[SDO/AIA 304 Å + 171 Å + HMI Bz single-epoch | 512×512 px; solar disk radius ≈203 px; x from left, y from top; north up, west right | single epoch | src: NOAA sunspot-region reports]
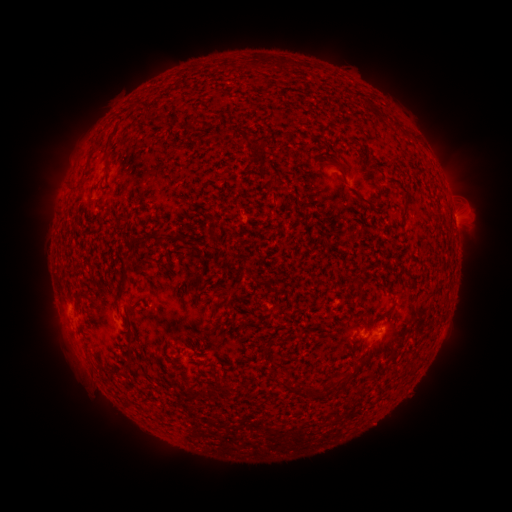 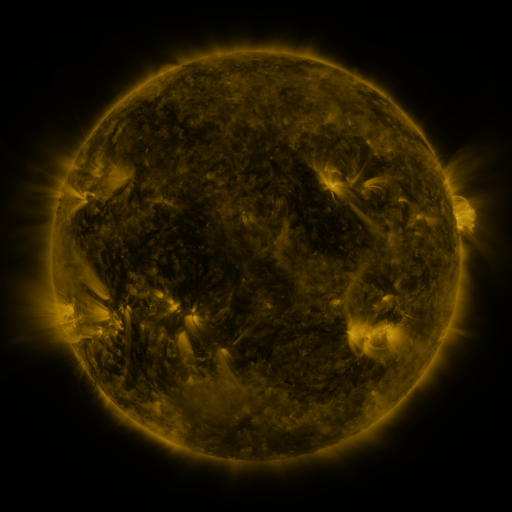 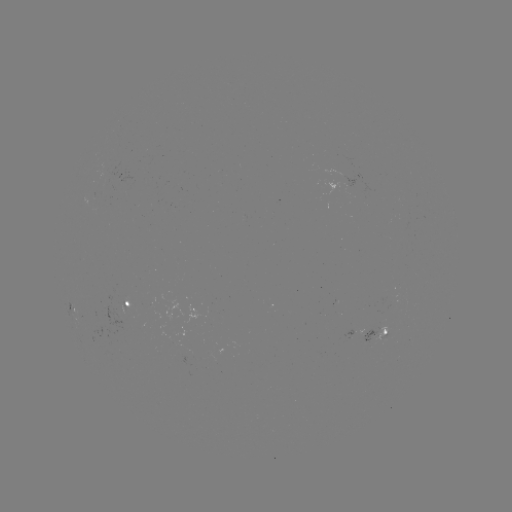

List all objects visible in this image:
spotted active region: (456, 224)
spotted active region: (126, 299)
spotted active region: (77, 308)
spotted active region: (366, 329)
spotted active region: (380, 333)
